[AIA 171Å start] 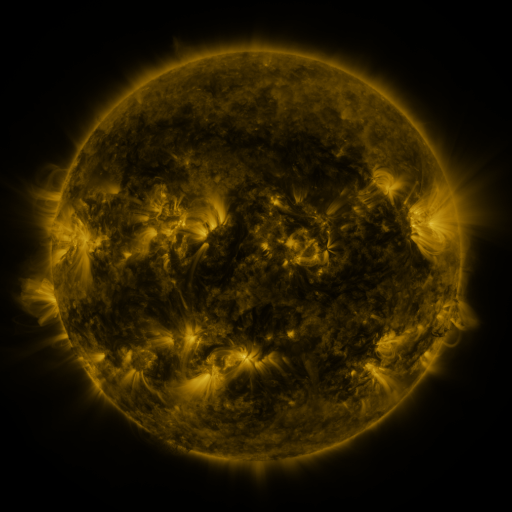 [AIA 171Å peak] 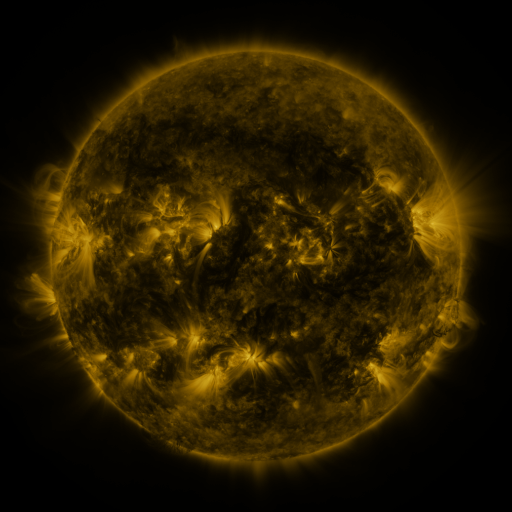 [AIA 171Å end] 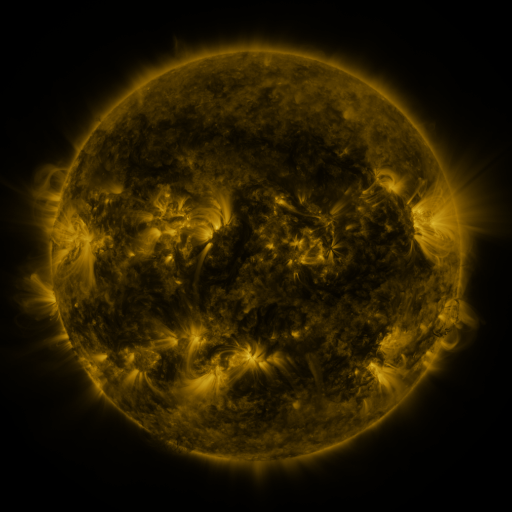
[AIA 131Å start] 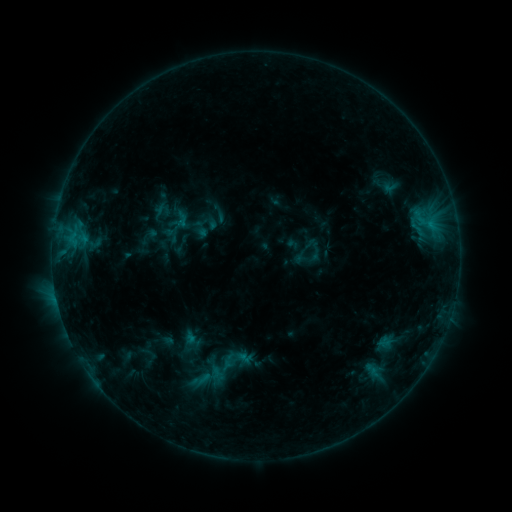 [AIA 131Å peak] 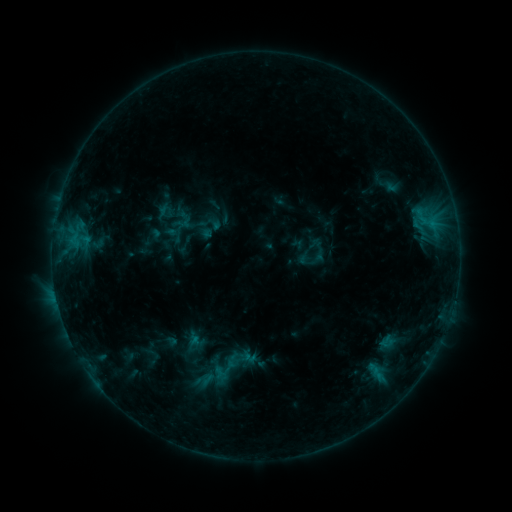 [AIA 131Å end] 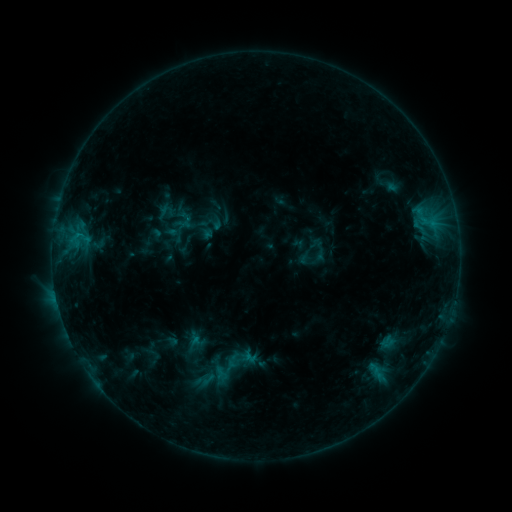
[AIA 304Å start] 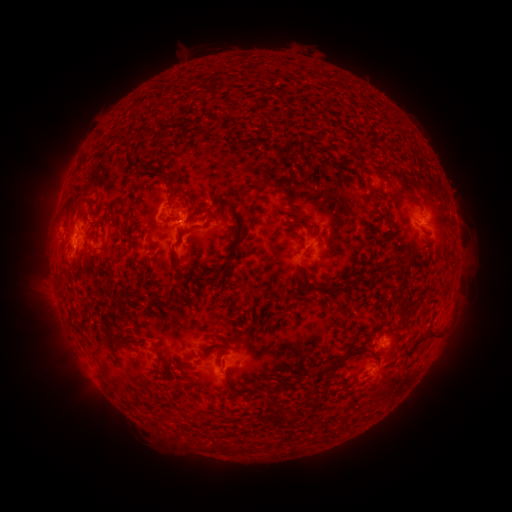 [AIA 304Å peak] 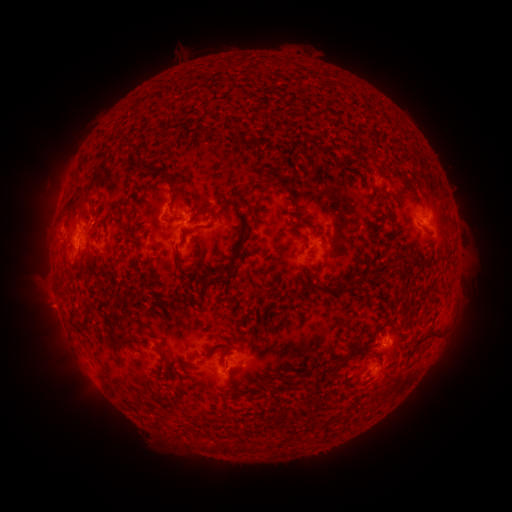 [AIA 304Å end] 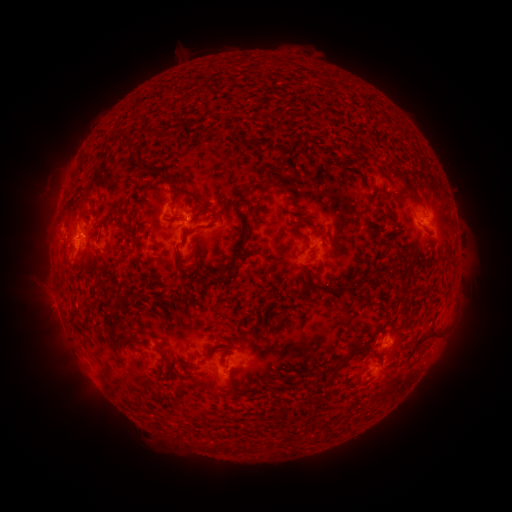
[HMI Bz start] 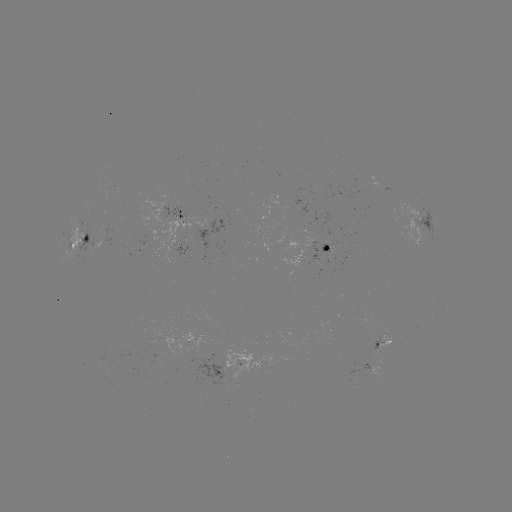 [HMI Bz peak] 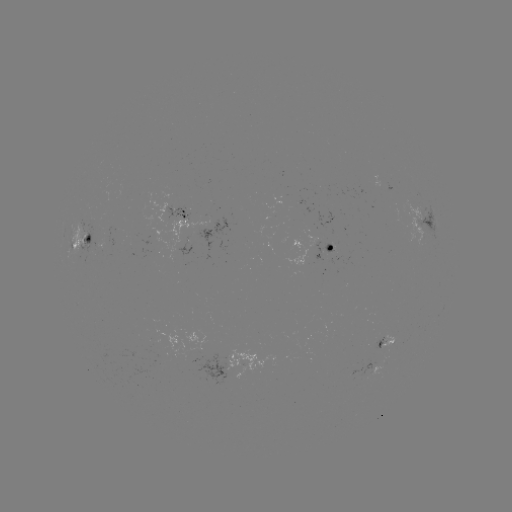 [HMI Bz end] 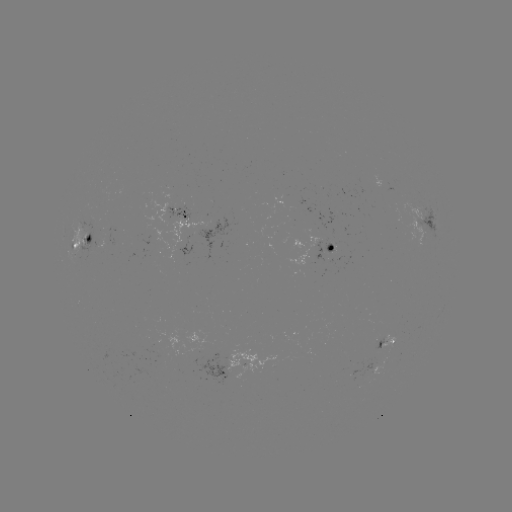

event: emerging-flux region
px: (374, 370)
